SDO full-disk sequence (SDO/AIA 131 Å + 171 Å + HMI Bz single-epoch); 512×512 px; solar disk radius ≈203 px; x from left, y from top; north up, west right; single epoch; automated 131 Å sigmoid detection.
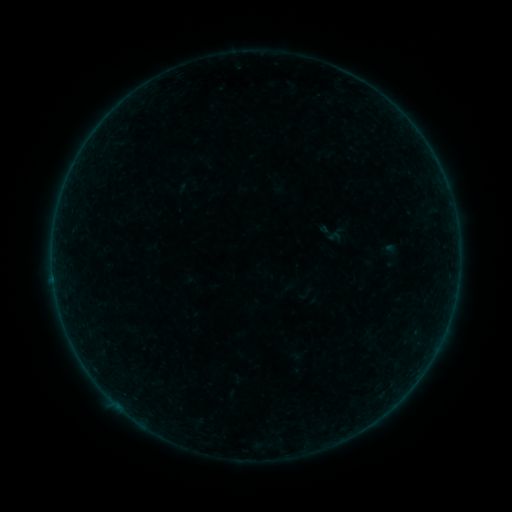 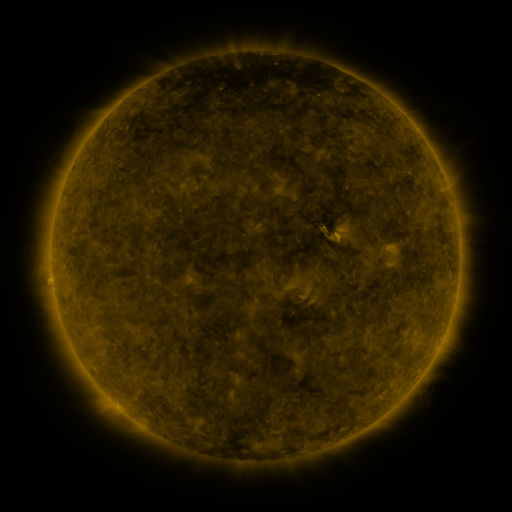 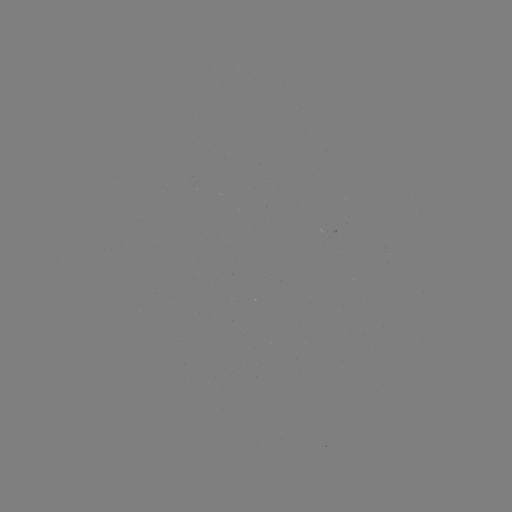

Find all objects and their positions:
sigmoid: (331, 234)
